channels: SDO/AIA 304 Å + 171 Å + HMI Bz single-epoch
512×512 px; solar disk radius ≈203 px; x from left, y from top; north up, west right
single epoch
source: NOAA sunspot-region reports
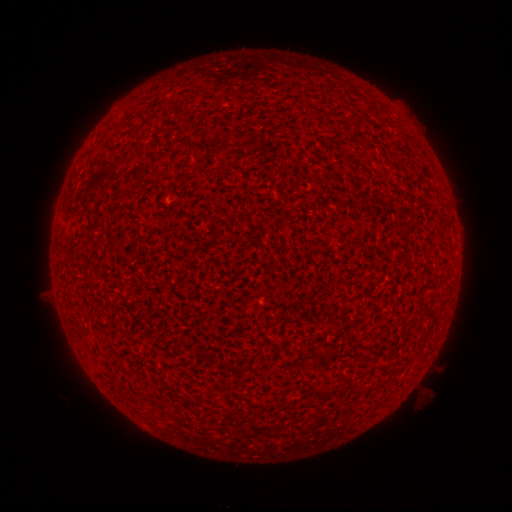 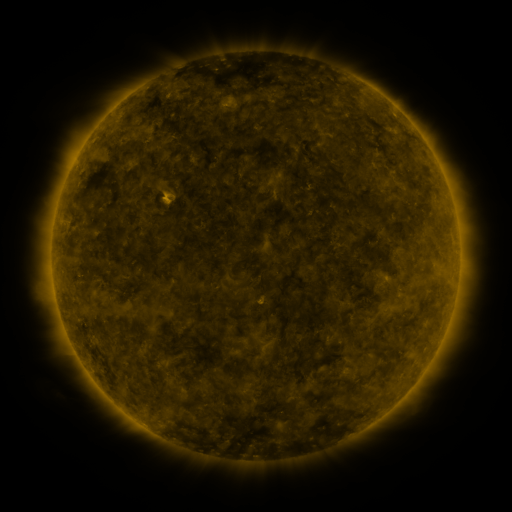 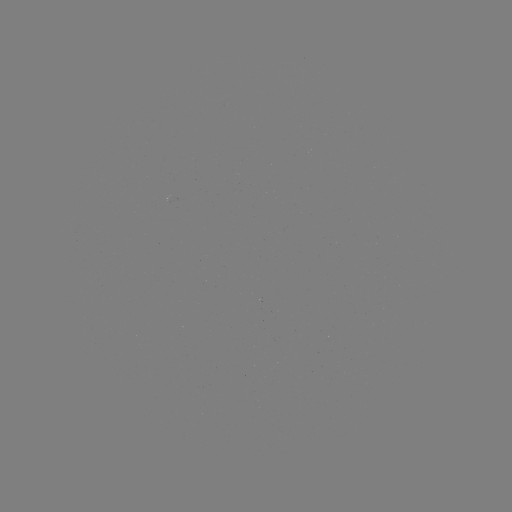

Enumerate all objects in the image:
(none)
